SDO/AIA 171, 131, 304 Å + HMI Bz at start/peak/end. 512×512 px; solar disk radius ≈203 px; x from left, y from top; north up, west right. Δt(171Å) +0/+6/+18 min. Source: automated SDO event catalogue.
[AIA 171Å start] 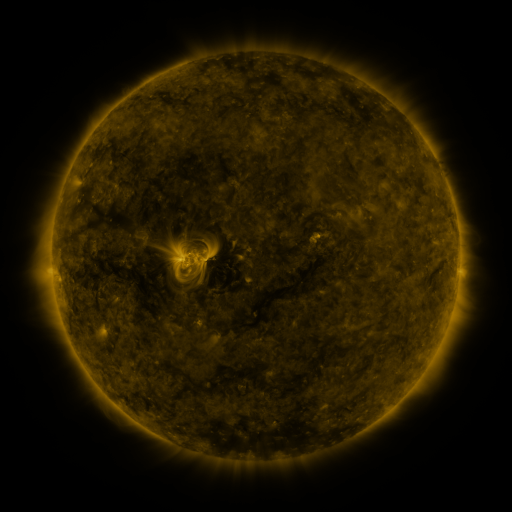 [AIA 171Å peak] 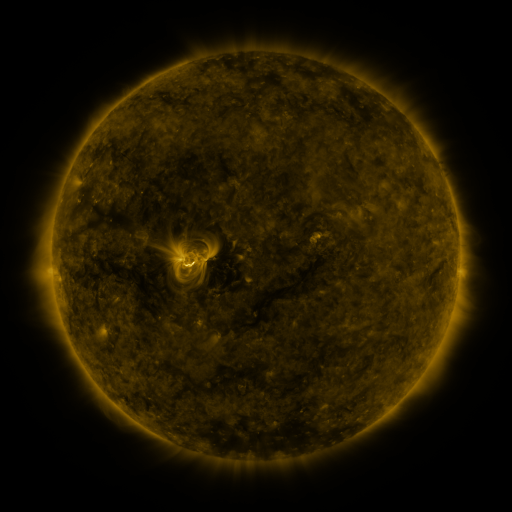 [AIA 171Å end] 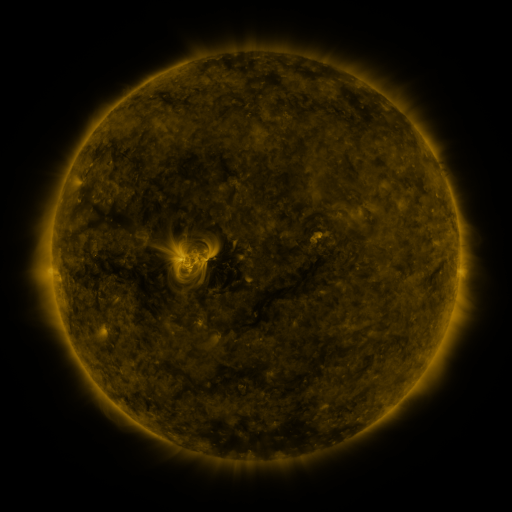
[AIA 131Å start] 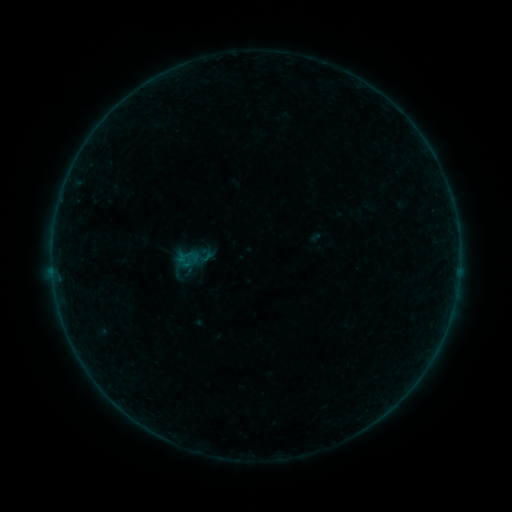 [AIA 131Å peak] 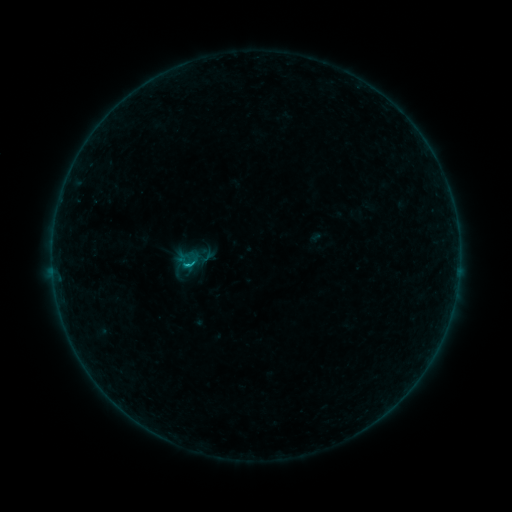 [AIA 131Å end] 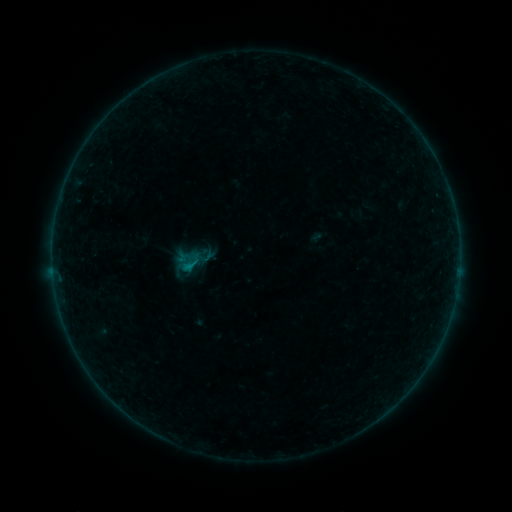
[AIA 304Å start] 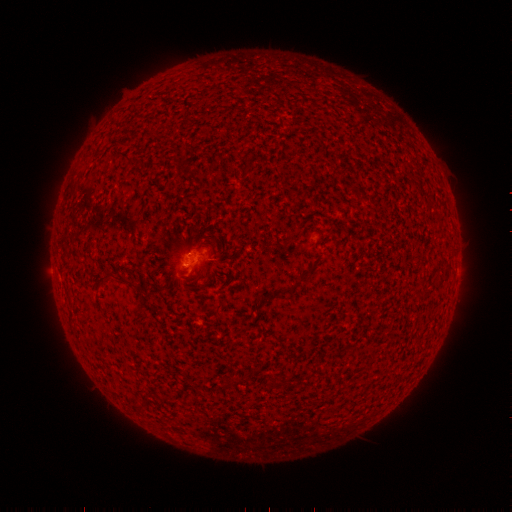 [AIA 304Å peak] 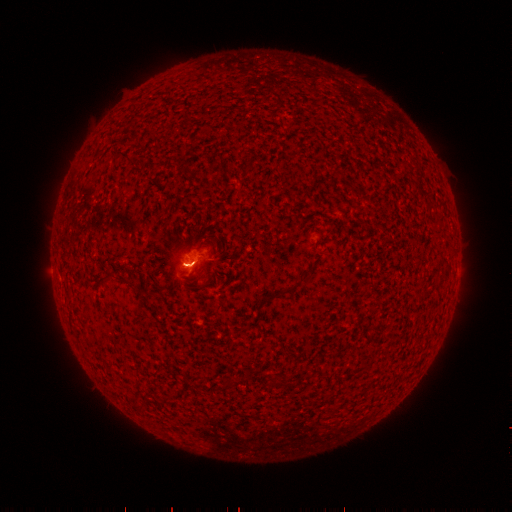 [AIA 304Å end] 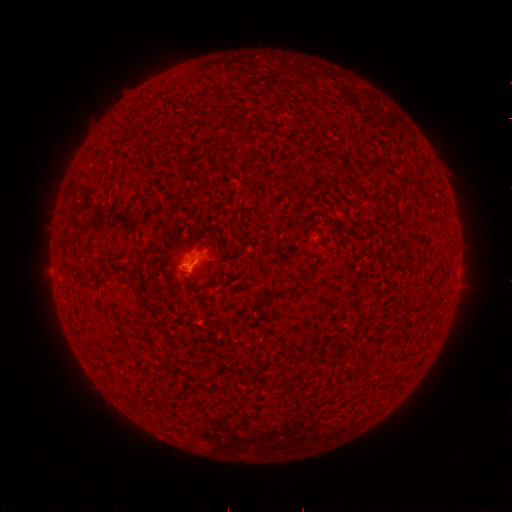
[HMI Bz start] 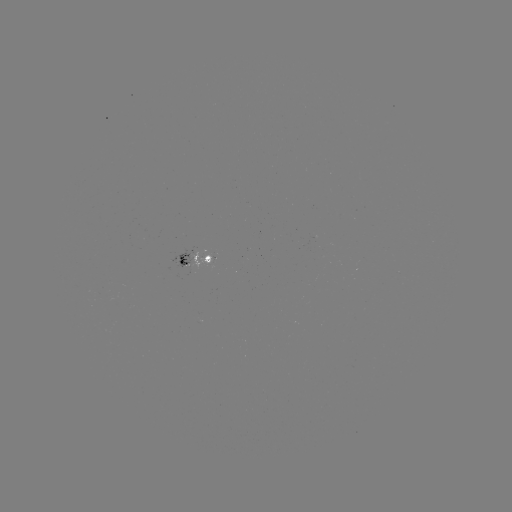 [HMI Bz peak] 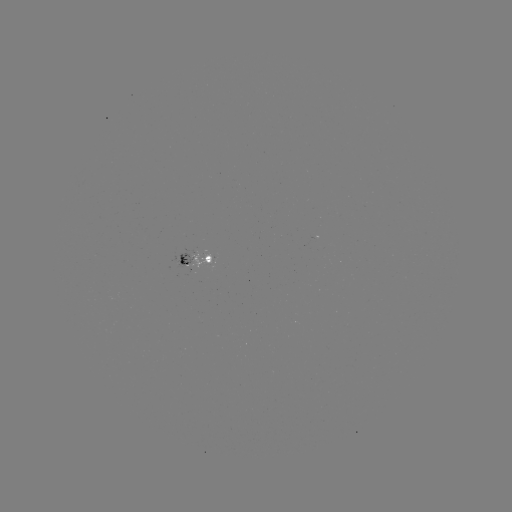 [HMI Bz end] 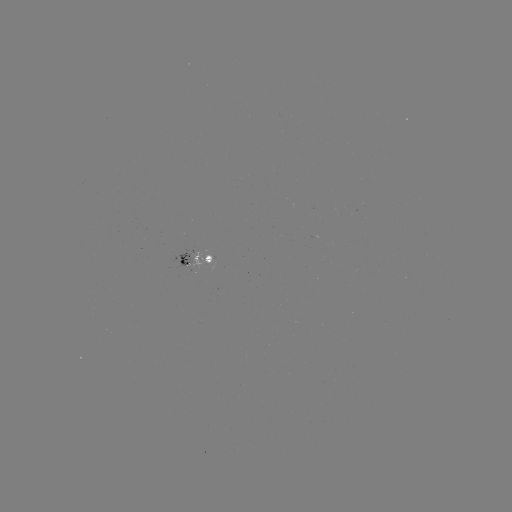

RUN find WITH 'B4.6 flare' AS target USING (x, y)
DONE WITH (190, 262) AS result